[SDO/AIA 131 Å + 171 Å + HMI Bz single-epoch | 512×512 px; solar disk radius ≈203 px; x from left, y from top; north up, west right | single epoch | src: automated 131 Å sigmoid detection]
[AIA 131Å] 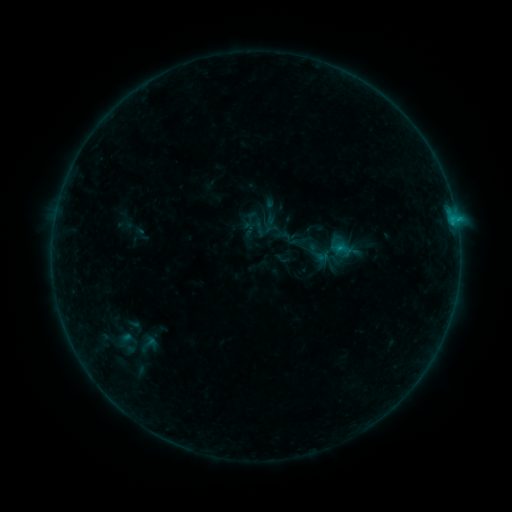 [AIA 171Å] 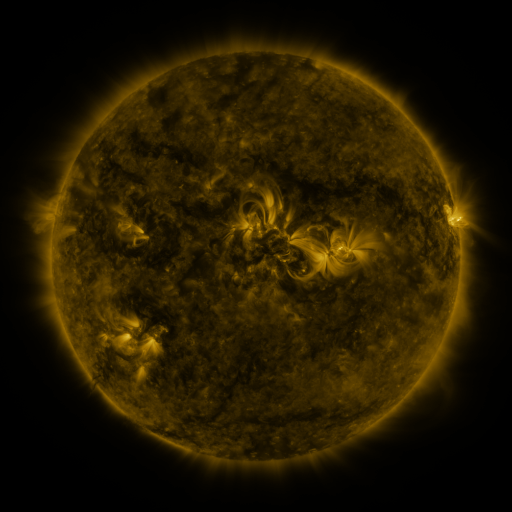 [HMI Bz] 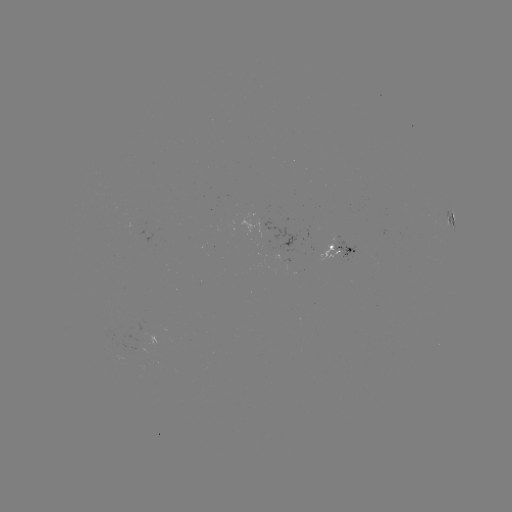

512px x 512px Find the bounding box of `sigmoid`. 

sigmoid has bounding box [280, 230, 299, 248].